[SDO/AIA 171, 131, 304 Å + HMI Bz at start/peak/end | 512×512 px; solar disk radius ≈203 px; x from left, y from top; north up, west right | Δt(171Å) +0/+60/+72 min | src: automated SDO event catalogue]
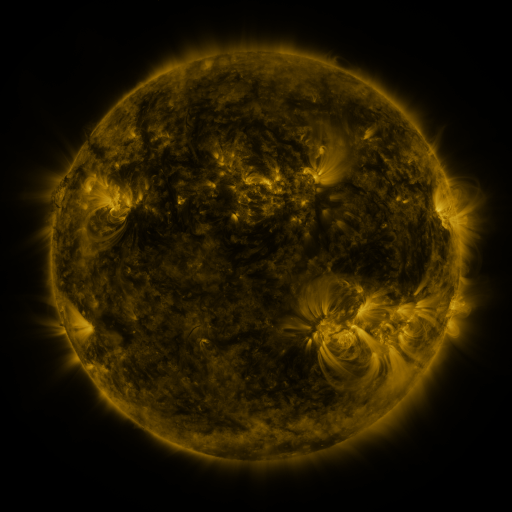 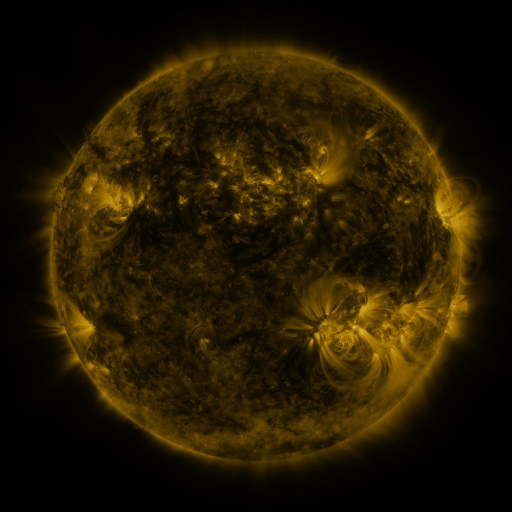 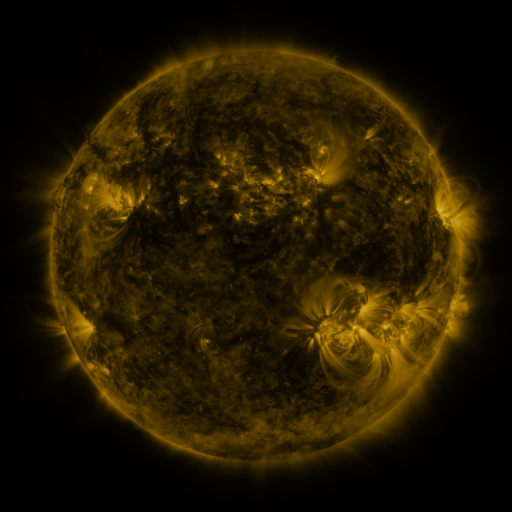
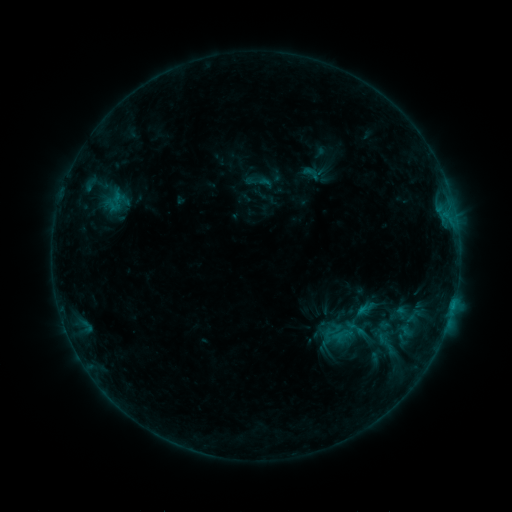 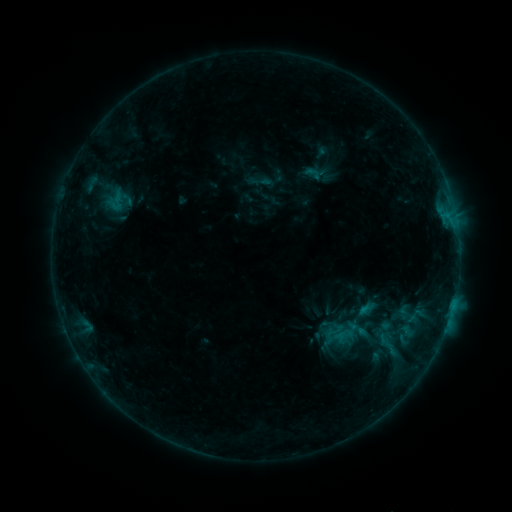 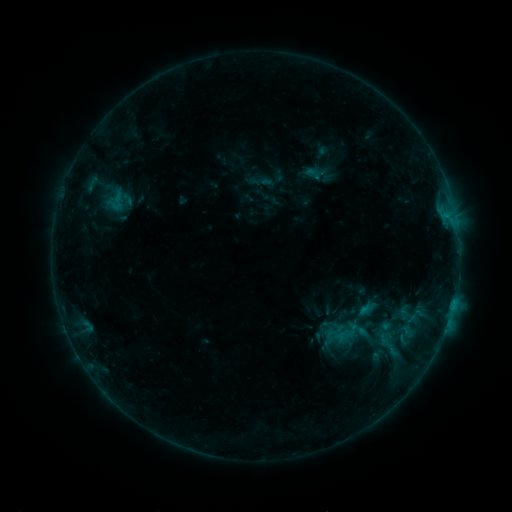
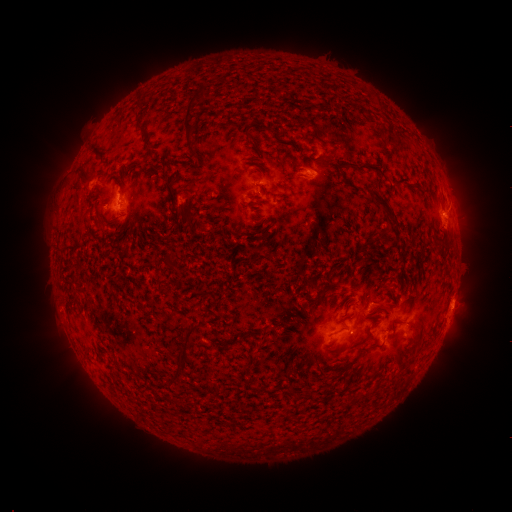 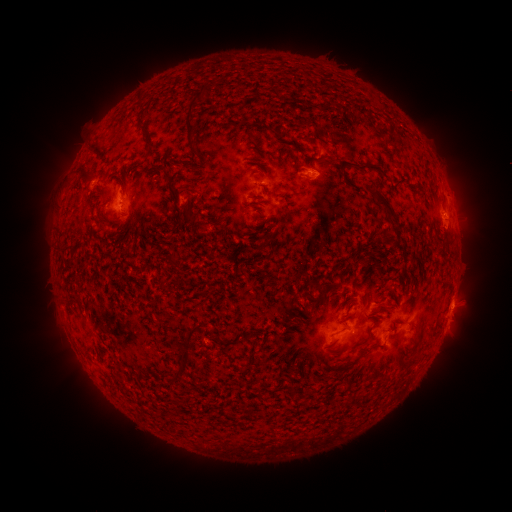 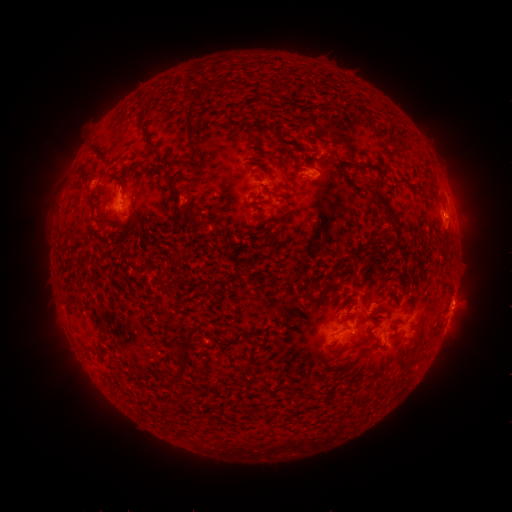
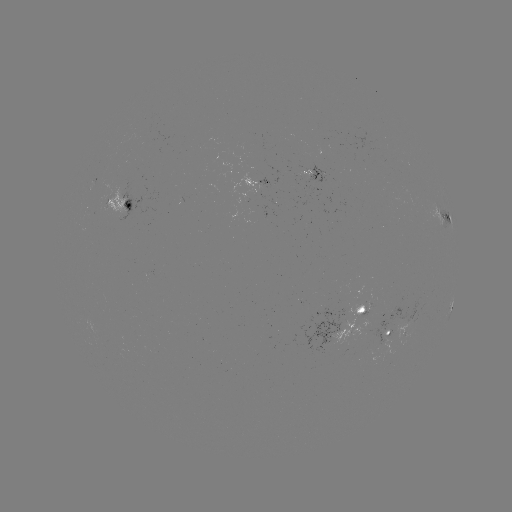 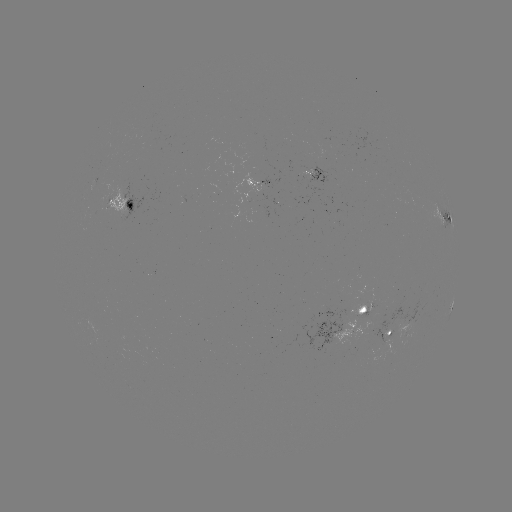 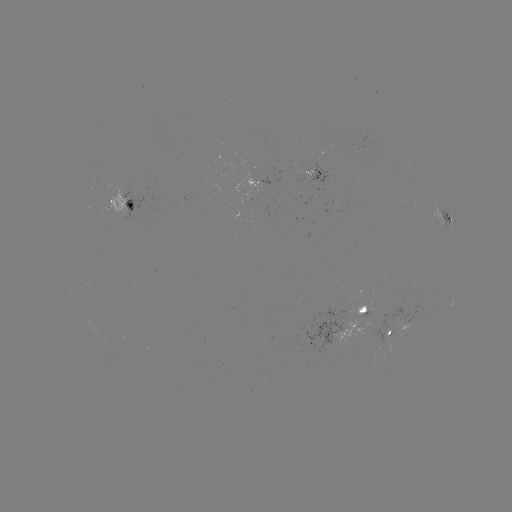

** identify emerging-flux region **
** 323,142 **